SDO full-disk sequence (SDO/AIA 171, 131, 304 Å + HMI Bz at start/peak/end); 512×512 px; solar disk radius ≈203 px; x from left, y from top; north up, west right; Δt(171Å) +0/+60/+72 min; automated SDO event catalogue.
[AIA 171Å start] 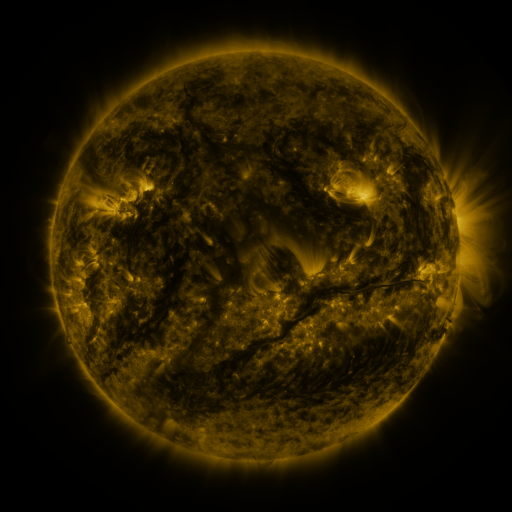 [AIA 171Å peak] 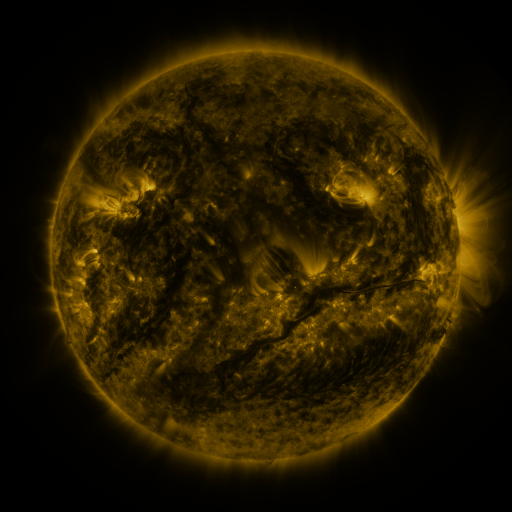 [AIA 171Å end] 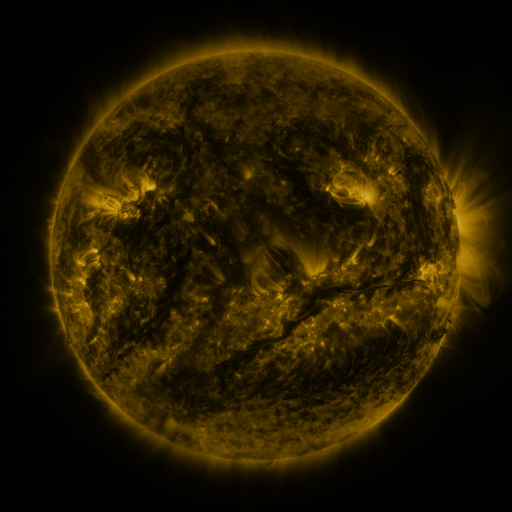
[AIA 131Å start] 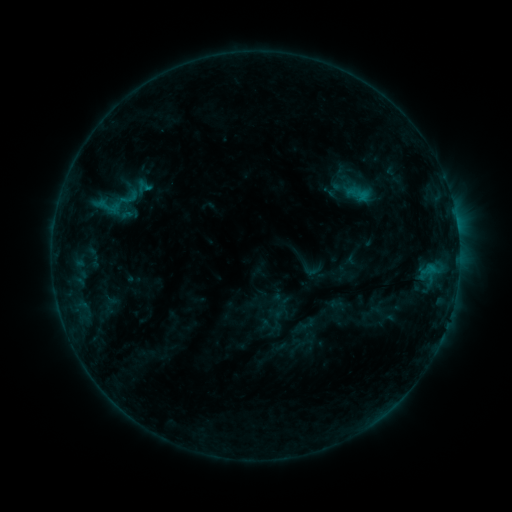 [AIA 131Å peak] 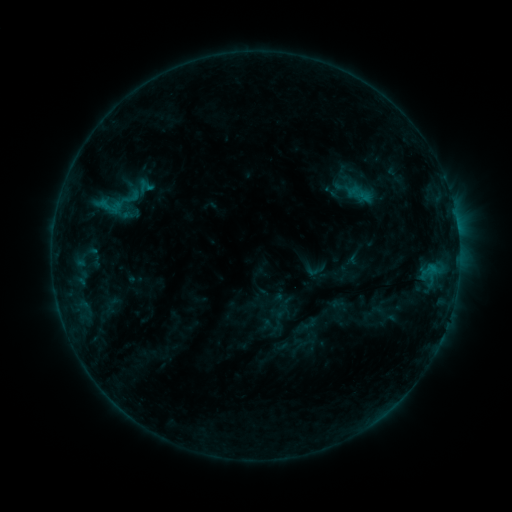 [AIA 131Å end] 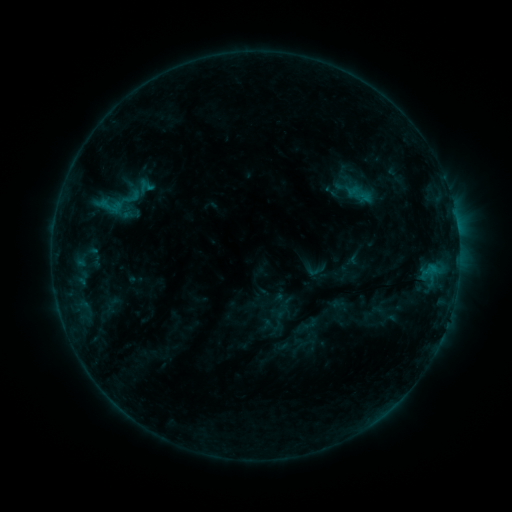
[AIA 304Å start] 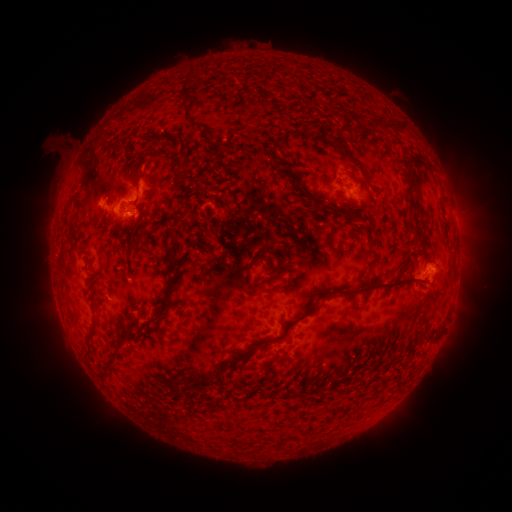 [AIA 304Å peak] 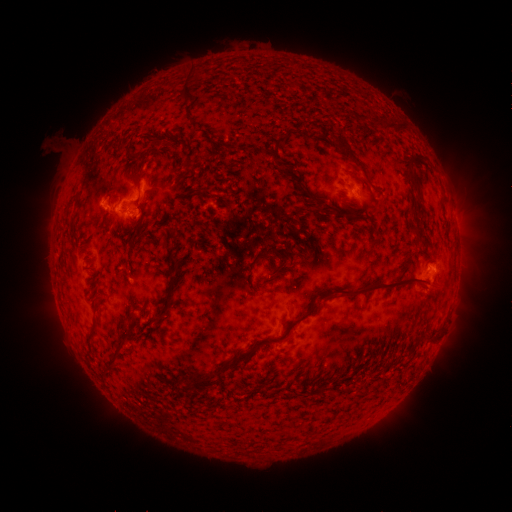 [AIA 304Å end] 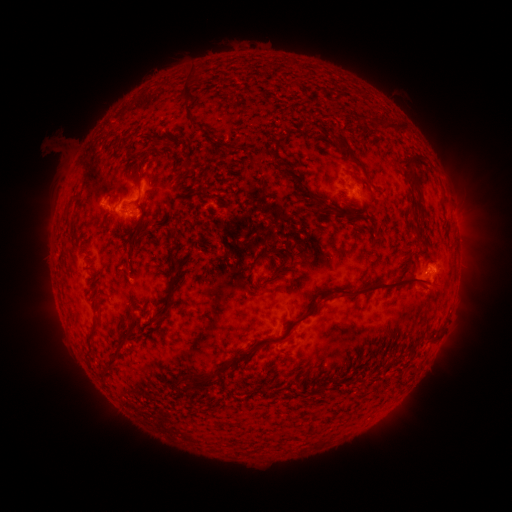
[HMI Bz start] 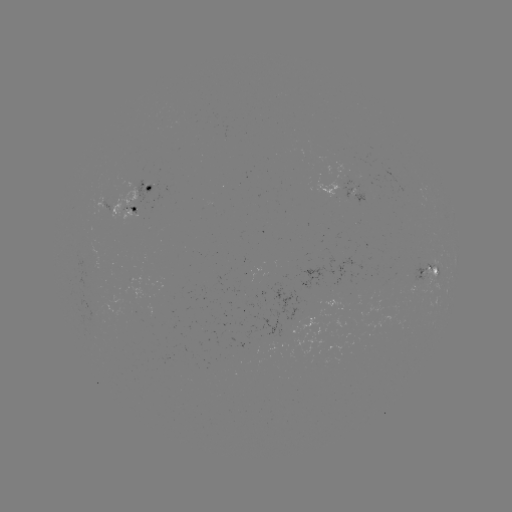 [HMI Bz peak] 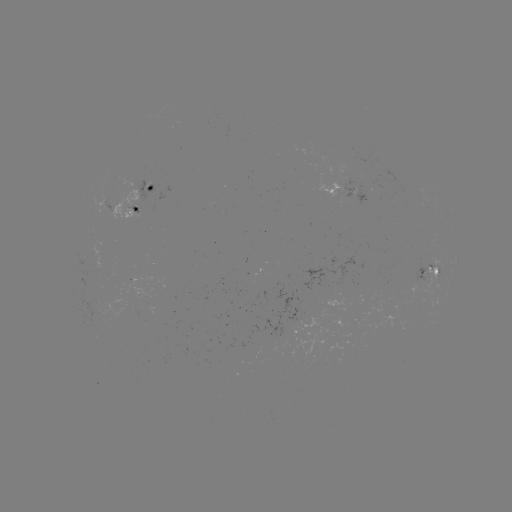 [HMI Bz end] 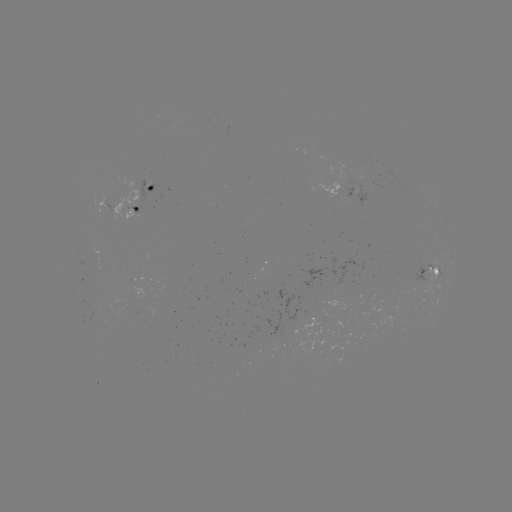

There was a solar emerging-flux region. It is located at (126, 208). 